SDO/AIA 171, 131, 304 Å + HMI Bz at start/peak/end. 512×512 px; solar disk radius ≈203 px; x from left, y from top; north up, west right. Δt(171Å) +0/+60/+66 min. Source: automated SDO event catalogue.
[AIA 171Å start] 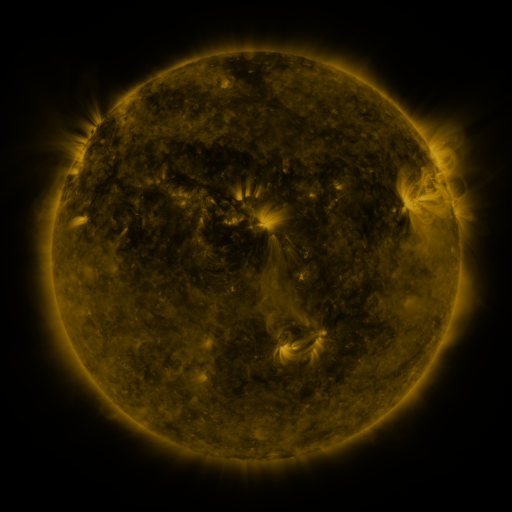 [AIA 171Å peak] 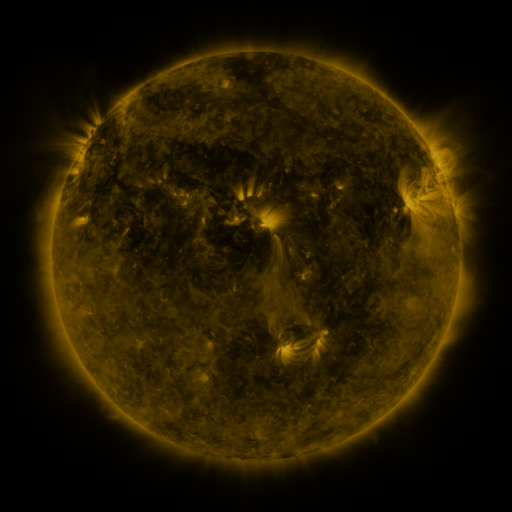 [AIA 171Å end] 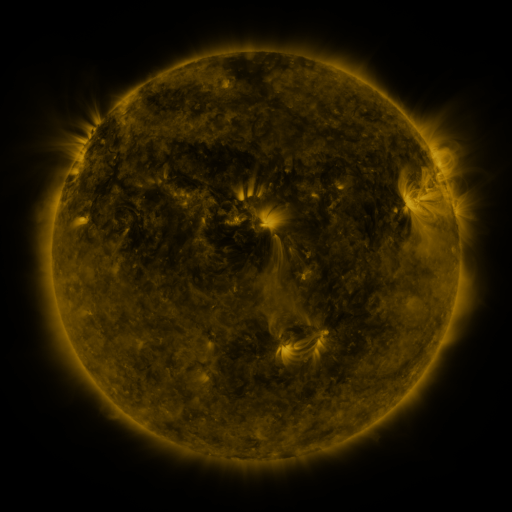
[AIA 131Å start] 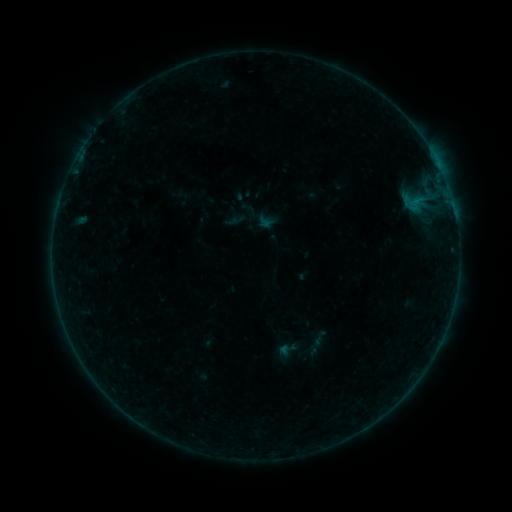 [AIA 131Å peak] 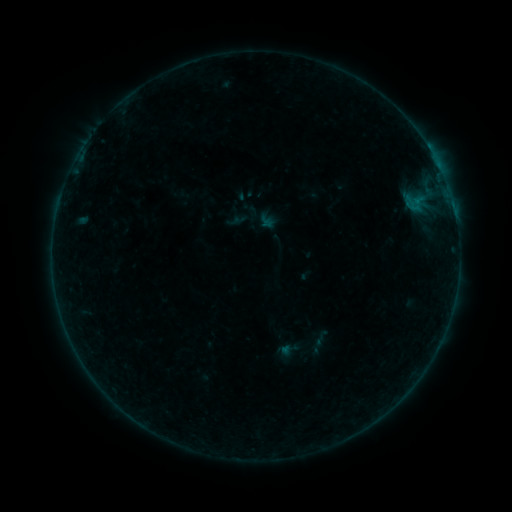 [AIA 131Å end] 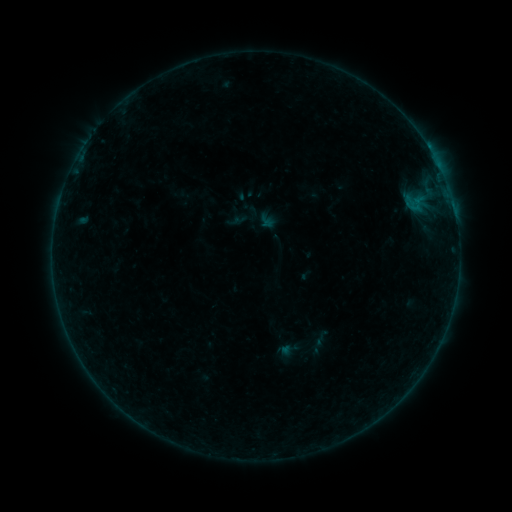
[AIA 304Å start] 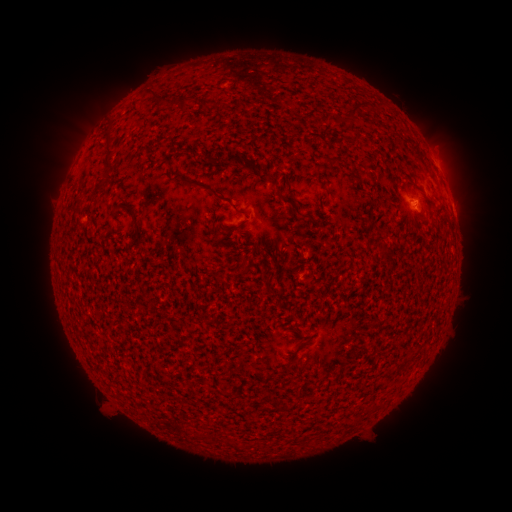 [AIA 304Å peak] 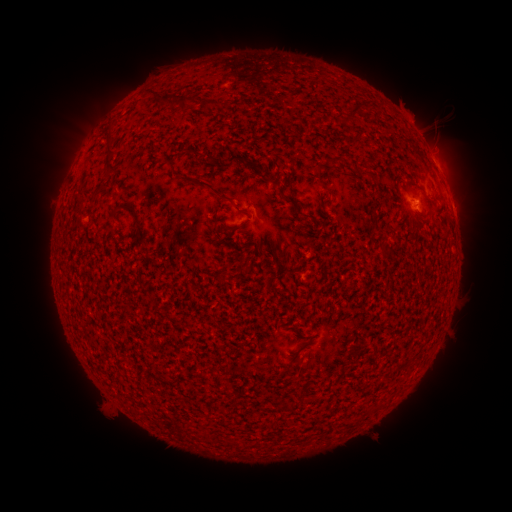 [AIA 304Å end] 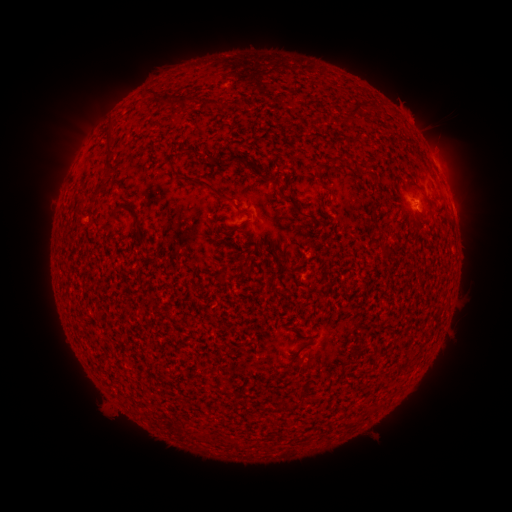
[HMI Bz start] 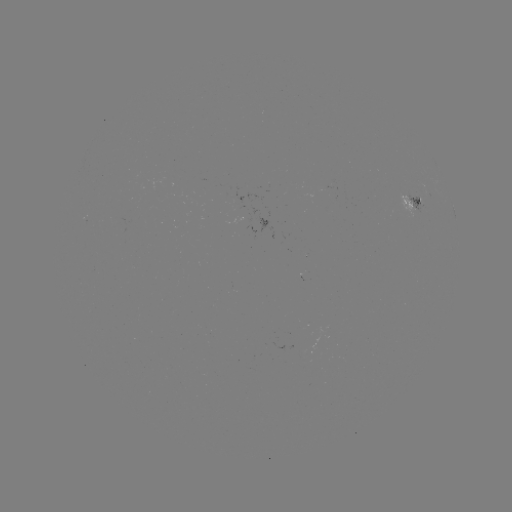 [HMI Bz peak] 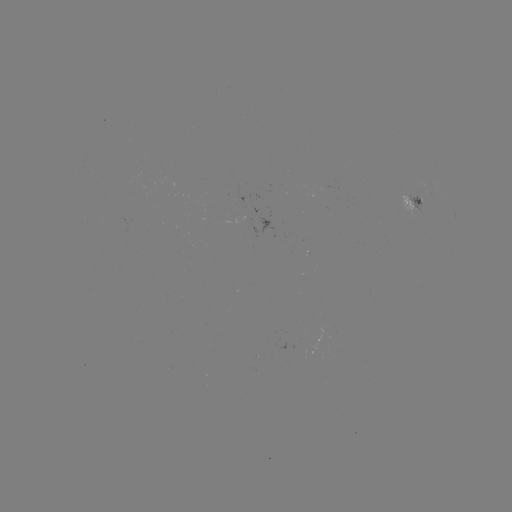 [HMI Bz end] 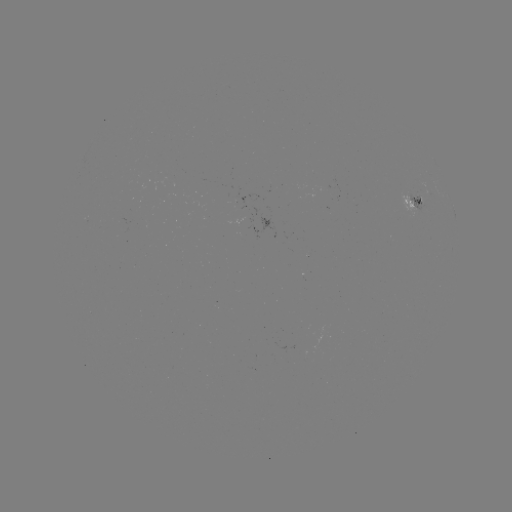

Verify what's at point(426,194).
B1.7 flare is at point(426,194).